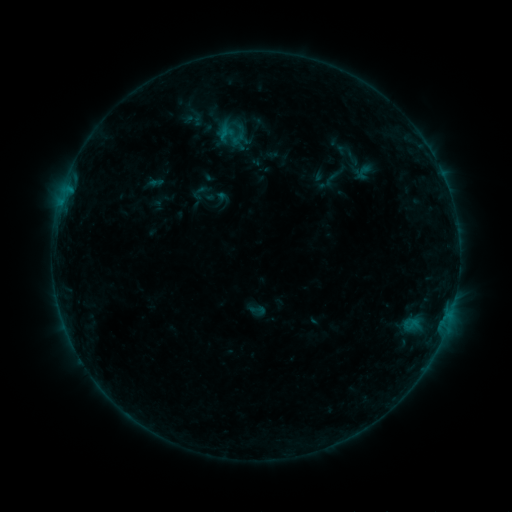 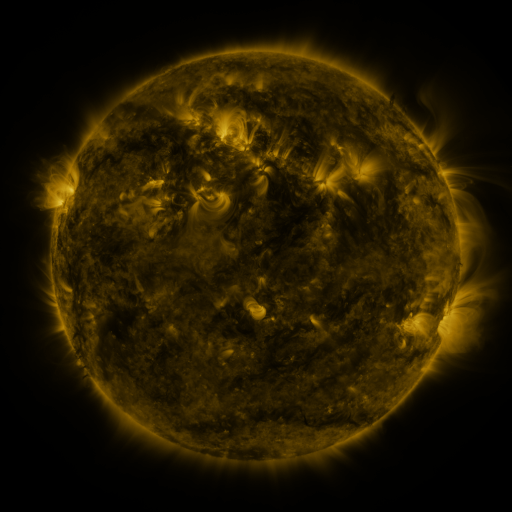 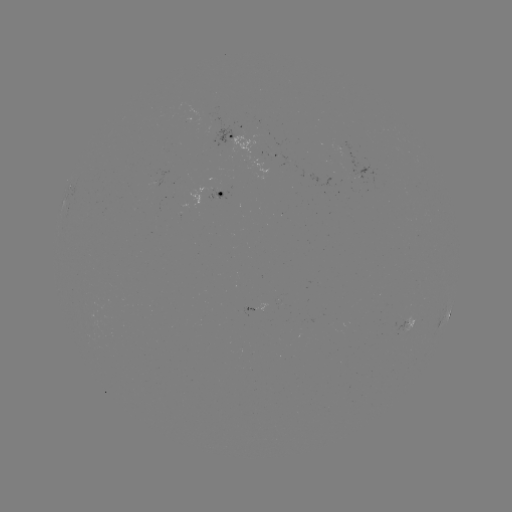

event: sigmoid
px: (258, 310)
